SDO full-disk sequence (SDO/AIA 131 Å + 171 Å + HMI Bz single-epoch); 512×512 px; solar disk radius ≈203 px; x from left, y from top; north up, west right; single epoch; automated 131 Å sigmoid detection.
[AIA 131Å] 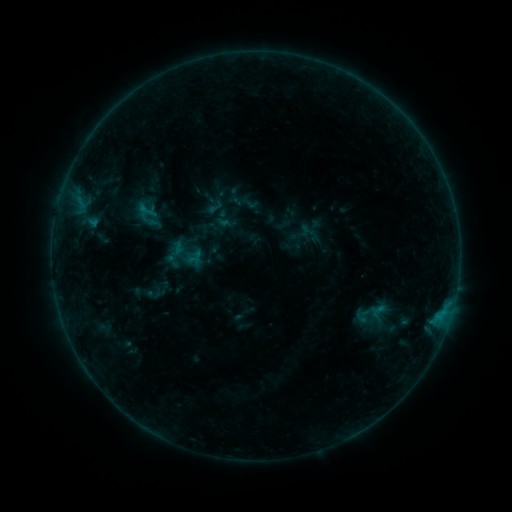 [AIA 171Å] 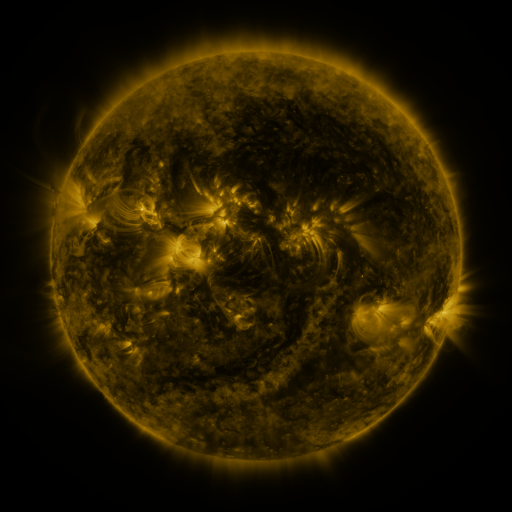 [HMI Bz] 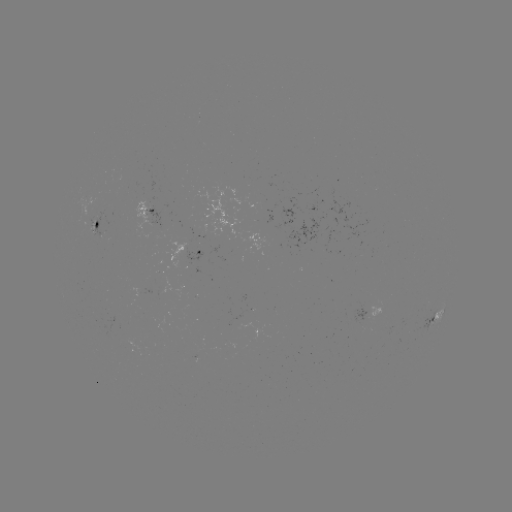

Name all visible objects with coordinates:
sigmoid: <bbox>136, 199, 157, 222</bbox>
sigmoid: <bbox>354, 308, 370, 324</bbox>
